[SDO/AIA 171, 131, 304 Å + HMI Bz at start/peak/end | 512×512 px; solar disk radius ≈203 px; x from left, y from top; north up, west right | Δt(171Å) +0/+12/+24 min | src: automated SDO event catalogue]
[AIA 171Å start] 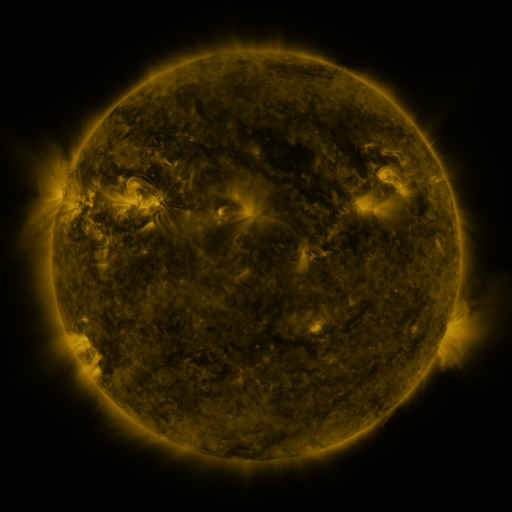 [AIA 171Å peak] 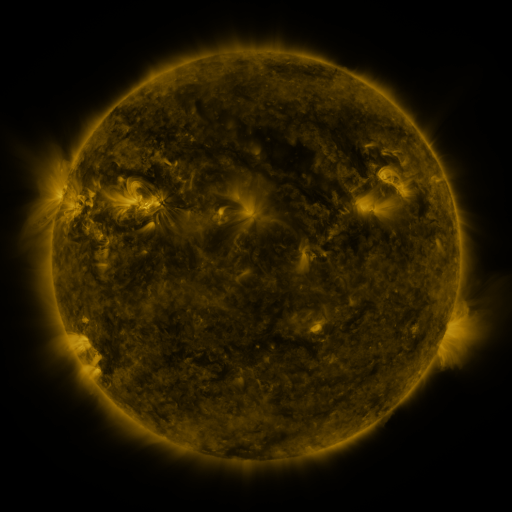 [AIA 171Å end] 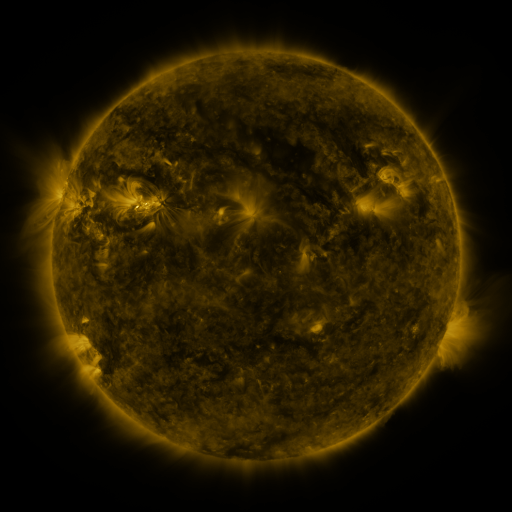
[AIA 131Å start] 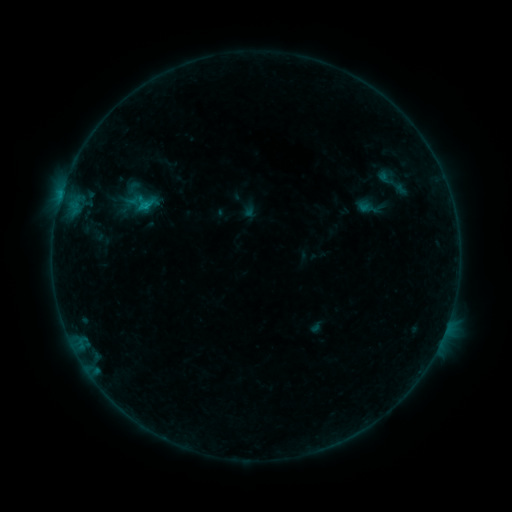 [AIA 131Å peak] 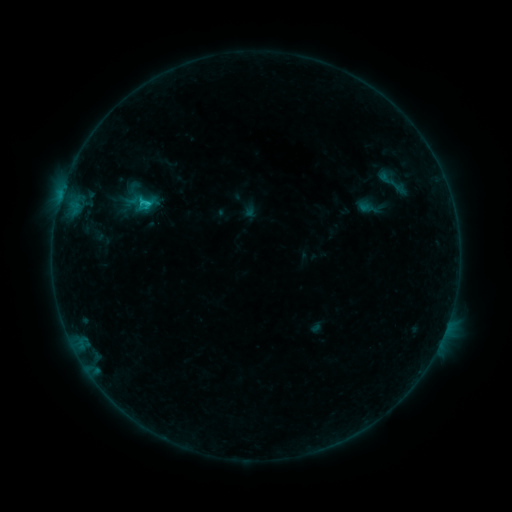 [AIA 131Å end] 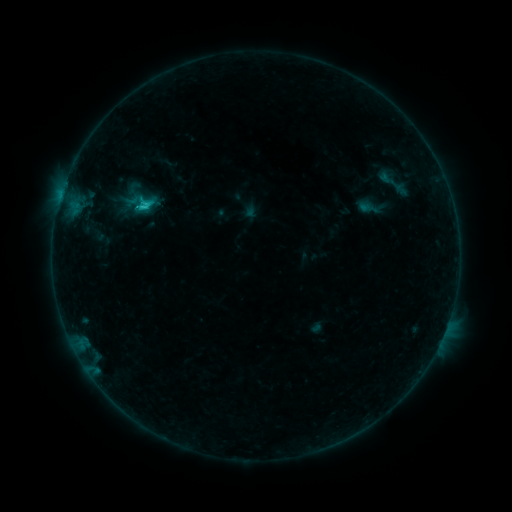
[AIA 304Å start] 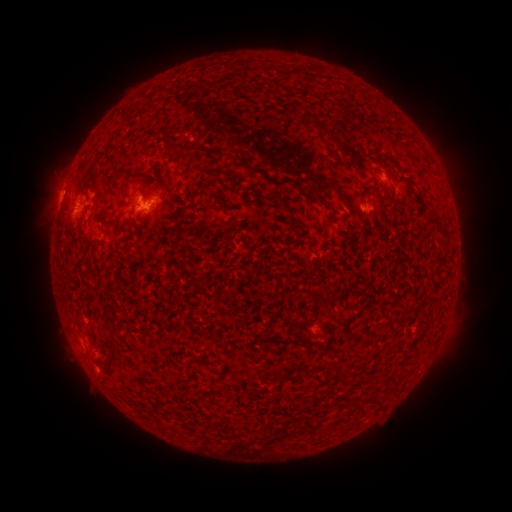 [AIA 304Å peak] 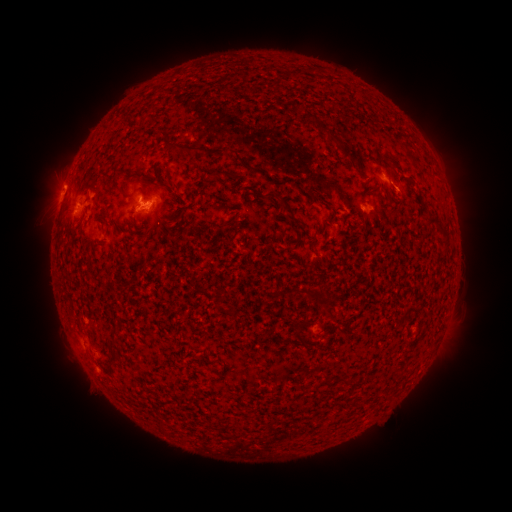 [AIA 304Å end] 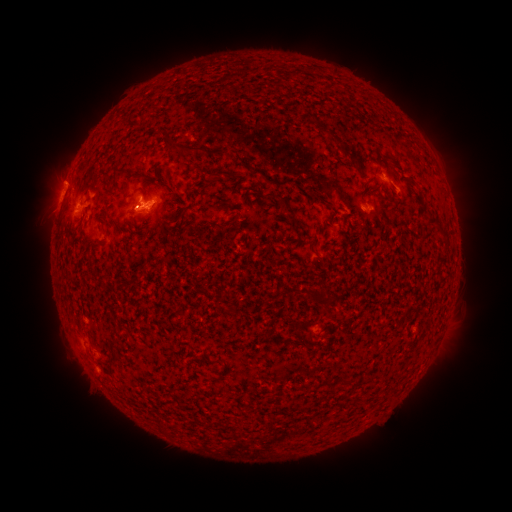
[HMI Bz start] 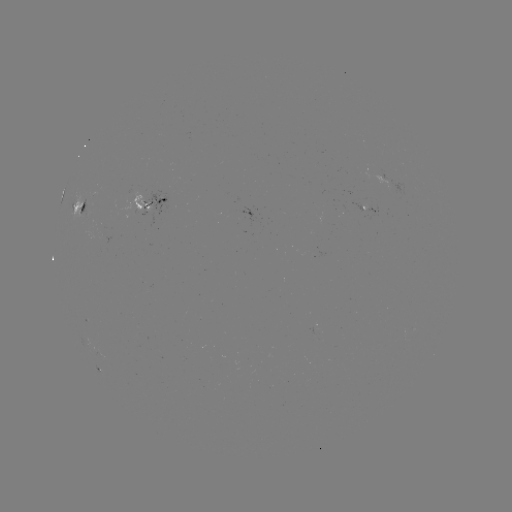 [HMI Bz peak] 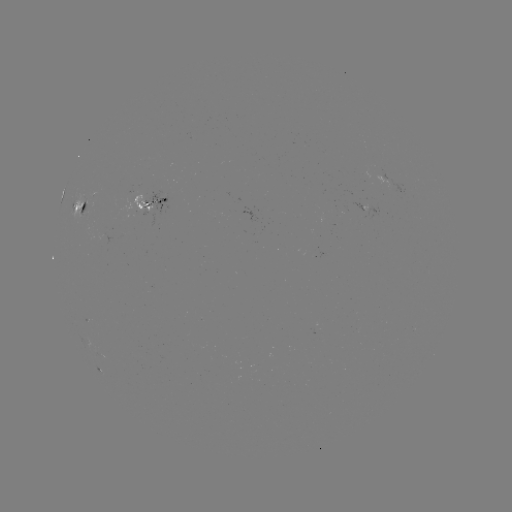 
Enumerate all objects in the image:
C2.3 flare: (148, 205)
